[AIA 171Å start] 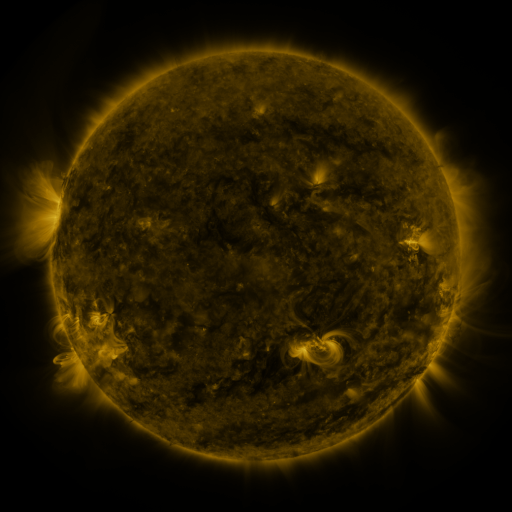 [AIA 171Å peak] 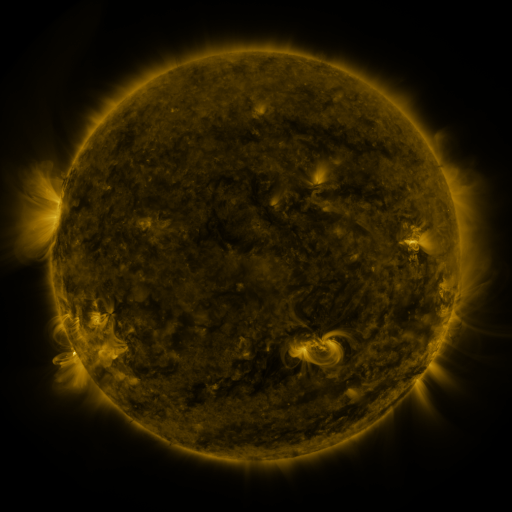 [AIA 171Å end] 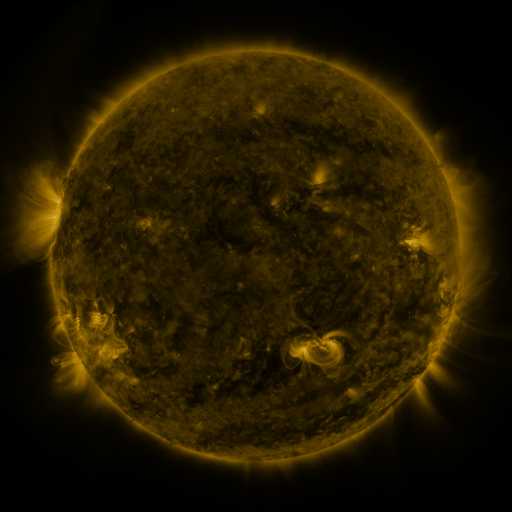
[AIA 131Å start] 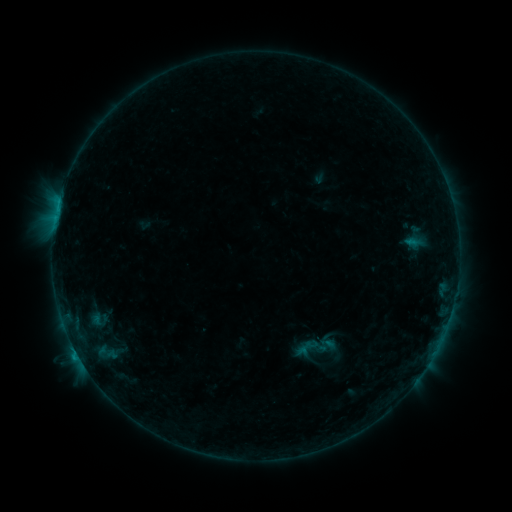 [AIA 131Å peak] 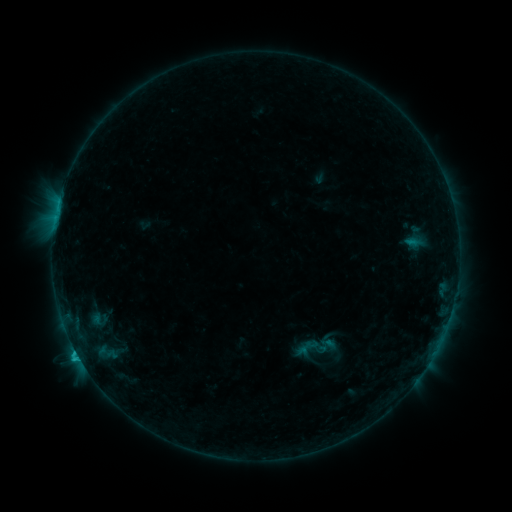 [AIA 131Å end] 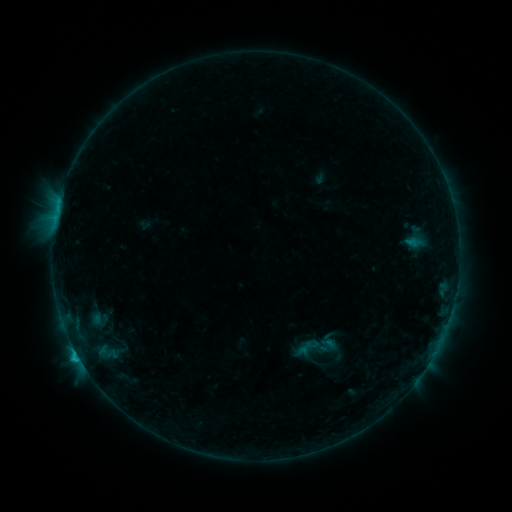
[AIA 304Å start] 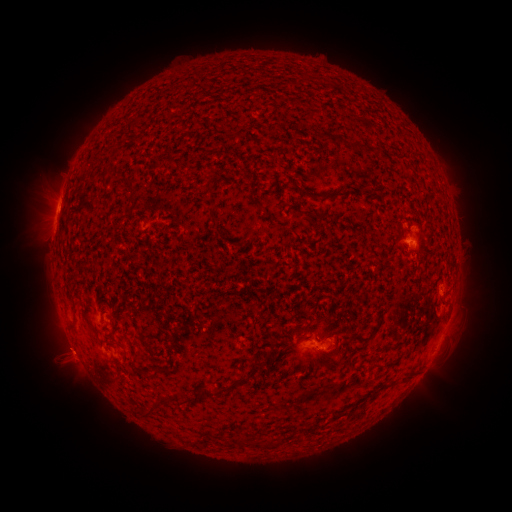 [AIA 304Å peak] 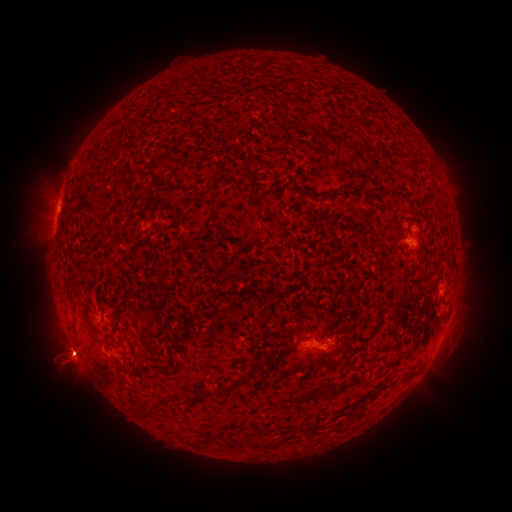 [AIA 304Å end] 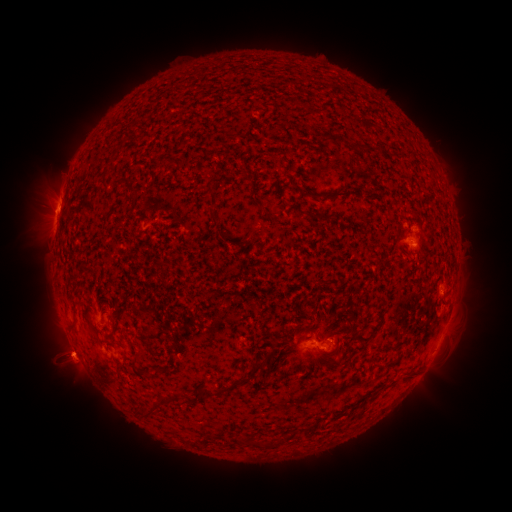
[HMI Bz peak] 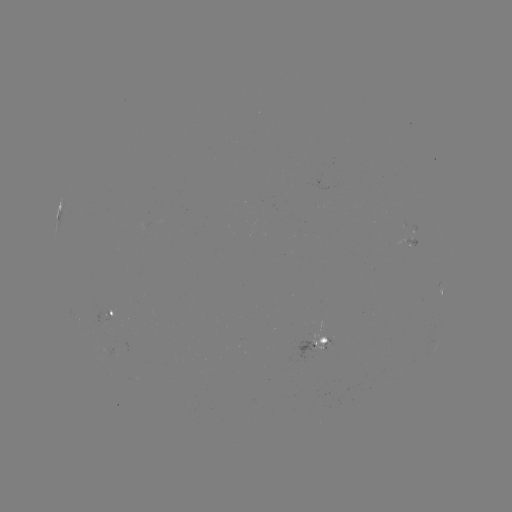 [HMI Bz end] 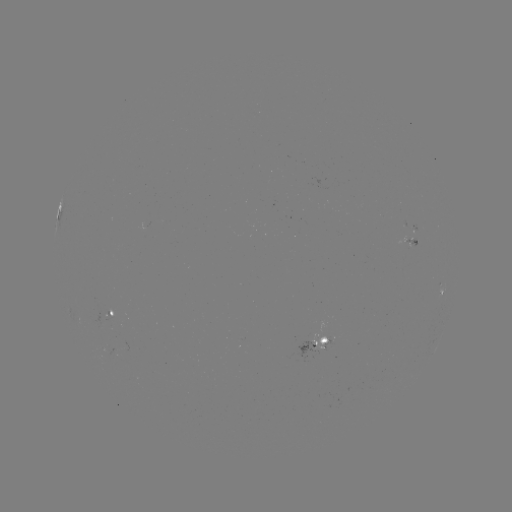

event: flare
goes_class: C1.2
